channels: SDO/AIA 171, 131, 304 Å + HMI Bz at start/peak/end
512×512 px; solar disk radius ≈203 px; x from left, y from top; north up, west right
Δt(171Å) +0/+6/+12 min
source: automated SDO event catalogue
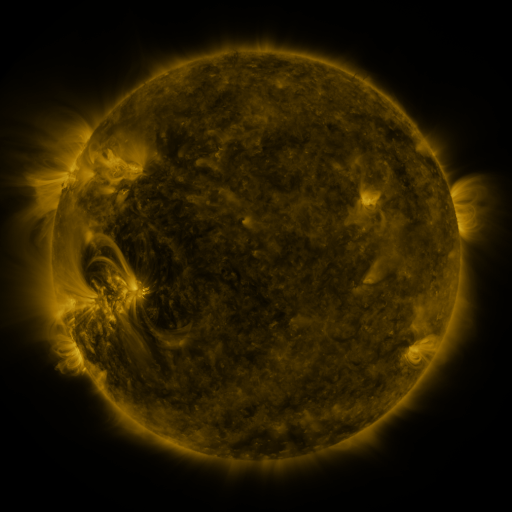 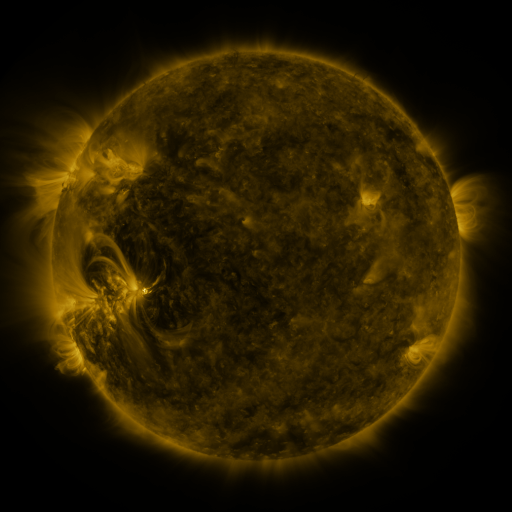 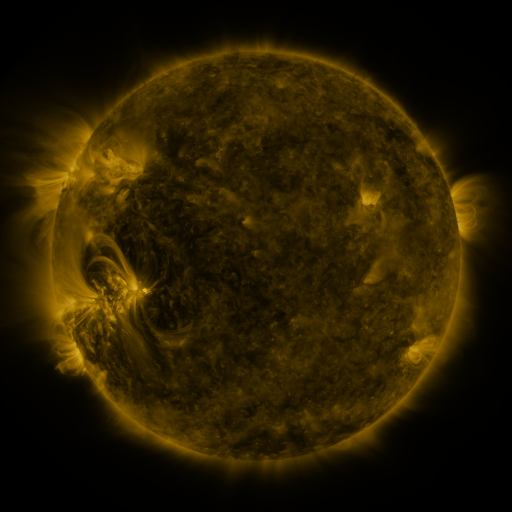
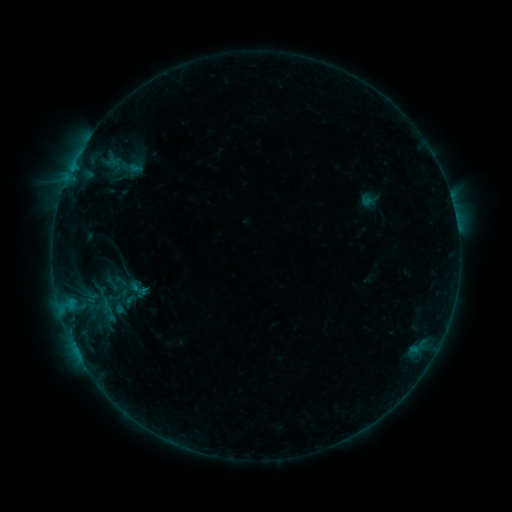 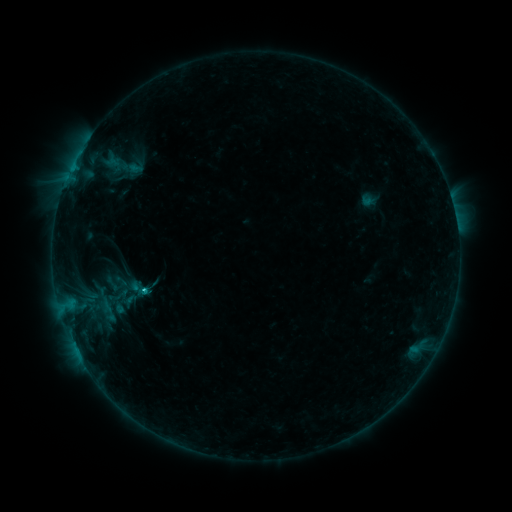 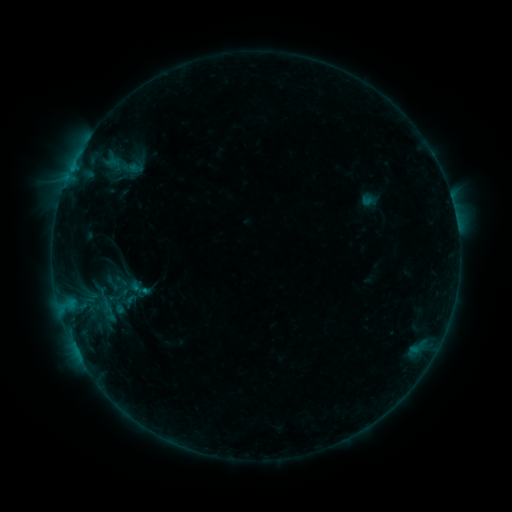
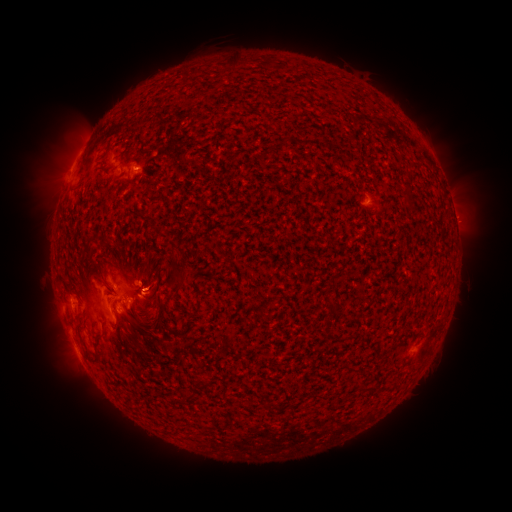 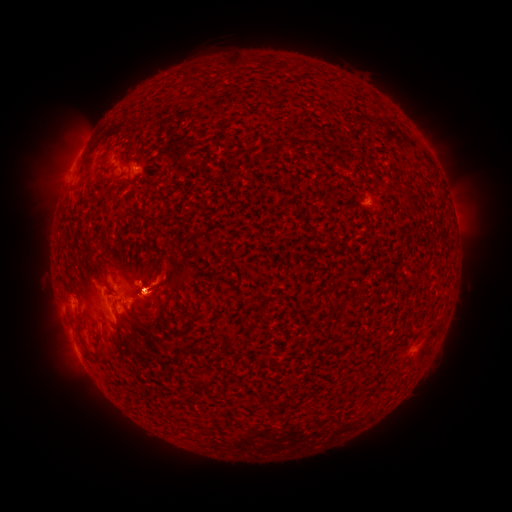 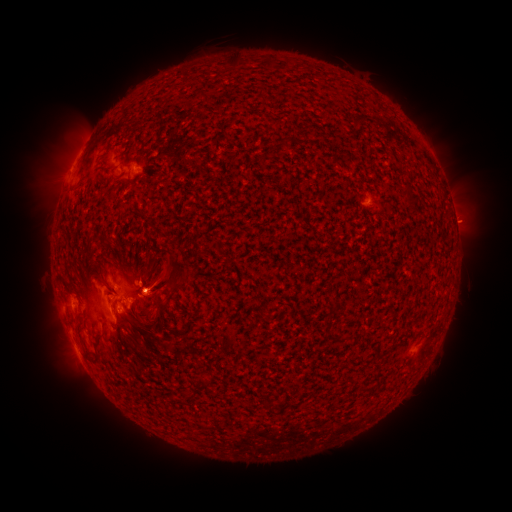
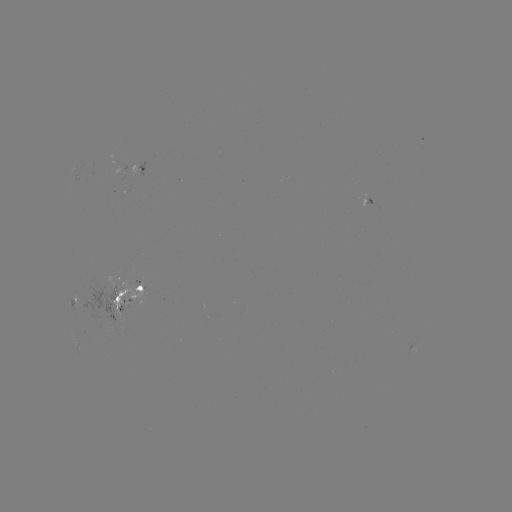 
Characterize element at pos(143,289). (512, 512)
B9.5 flare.